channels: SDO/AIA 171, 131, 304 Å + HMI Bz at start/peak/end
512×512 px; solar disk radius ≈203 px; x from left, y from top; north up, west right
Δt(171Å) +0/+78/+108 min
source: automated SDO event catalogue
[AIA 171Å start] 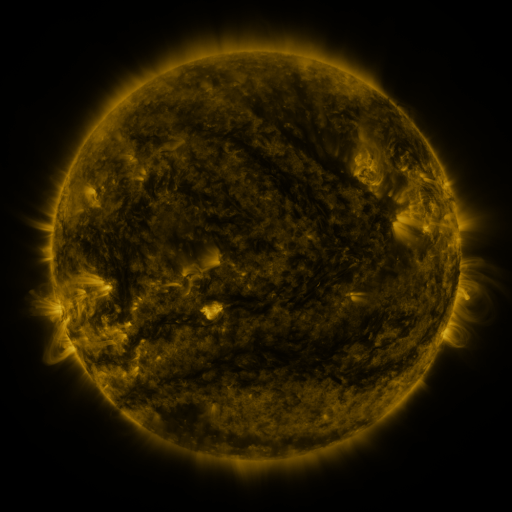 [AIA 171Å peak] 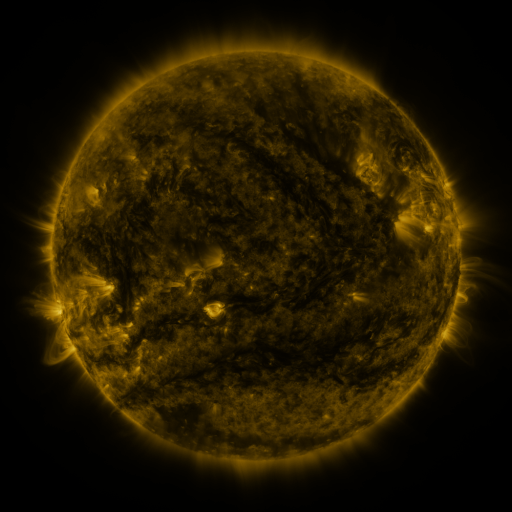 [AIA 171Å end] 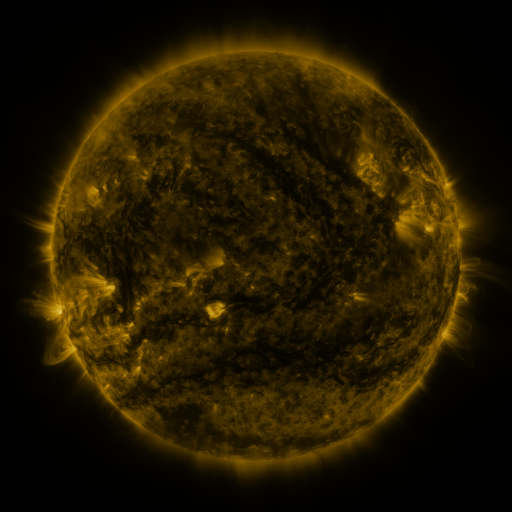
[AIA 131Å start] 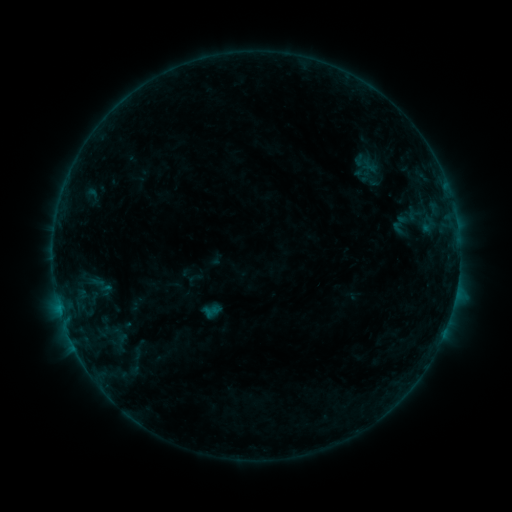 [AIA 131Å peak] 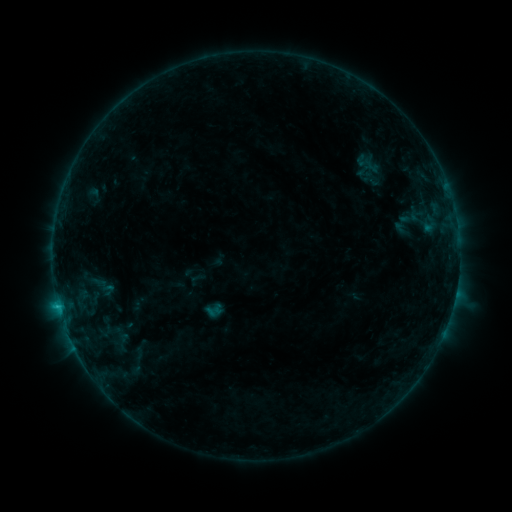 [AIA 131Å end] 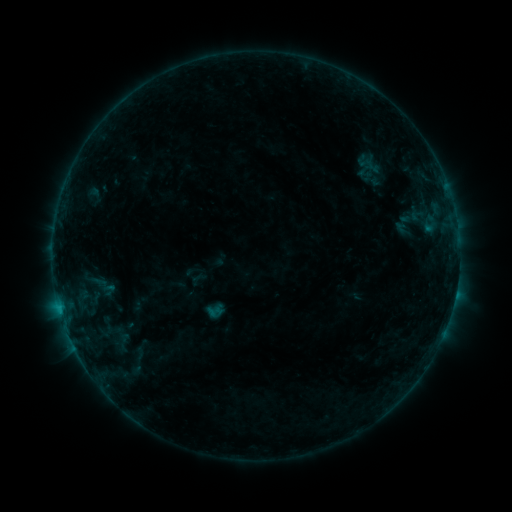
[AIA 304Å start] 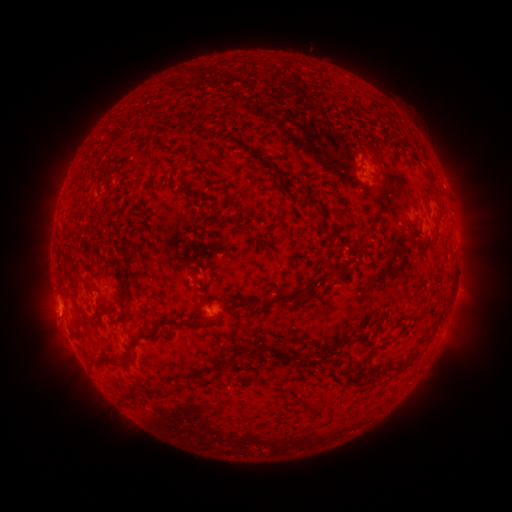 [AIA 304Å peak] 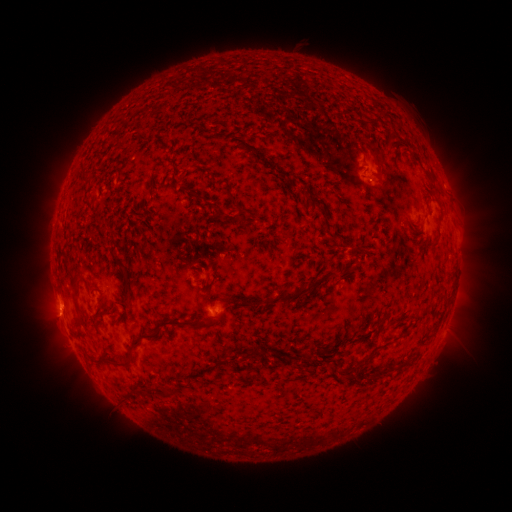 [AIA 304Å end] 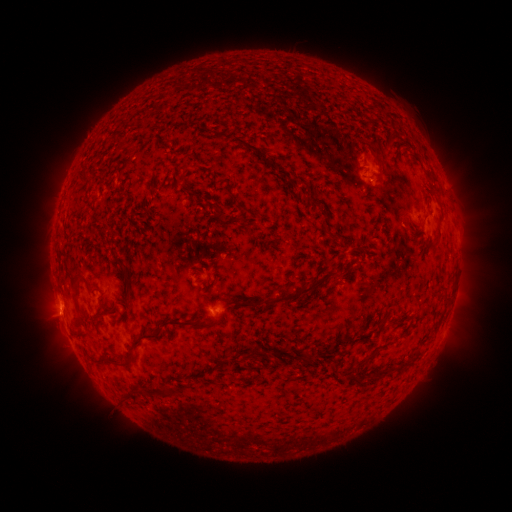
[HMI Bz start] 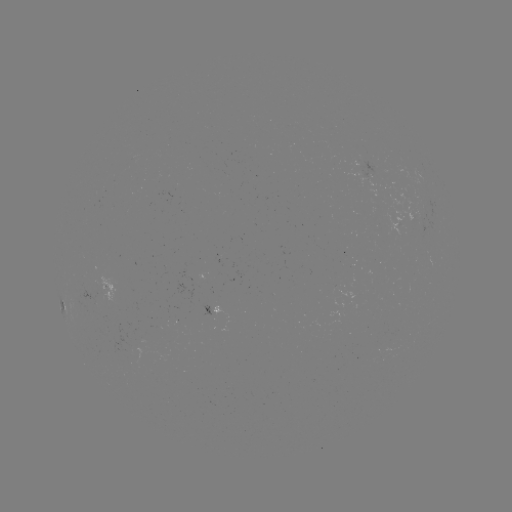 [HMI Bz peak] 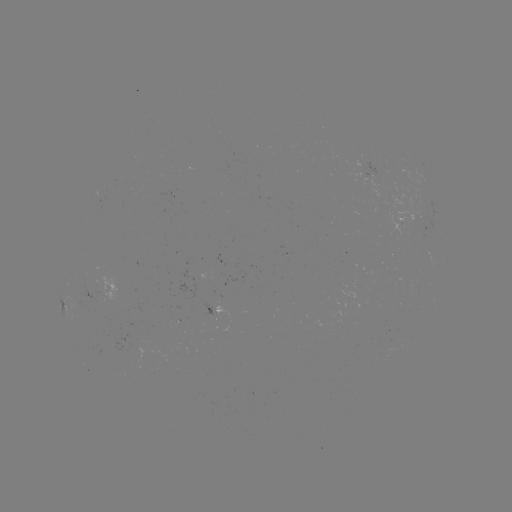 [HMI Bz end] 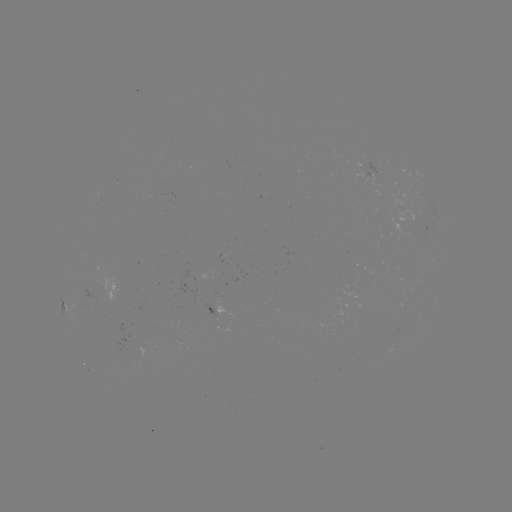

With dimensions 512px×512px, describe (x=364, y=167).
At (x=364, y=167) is emerging-flux region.